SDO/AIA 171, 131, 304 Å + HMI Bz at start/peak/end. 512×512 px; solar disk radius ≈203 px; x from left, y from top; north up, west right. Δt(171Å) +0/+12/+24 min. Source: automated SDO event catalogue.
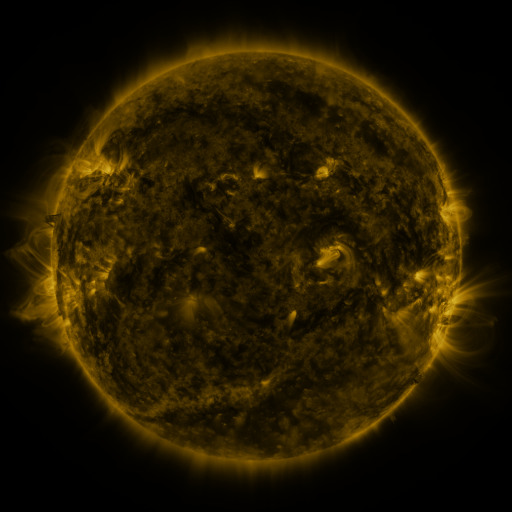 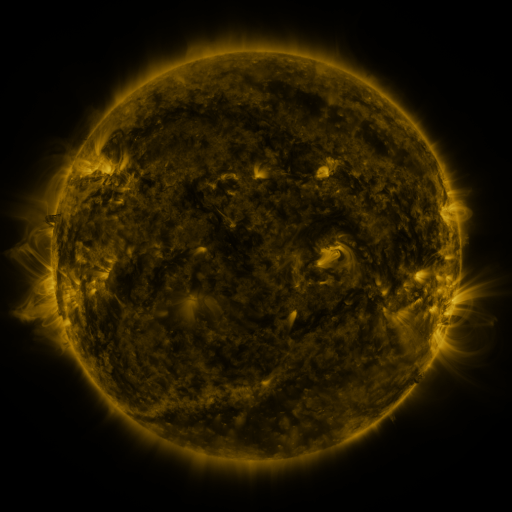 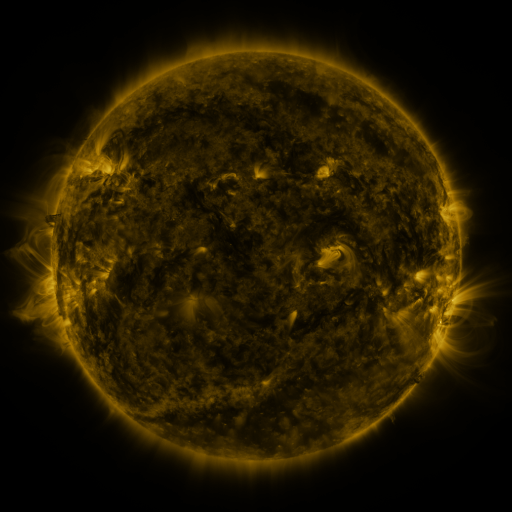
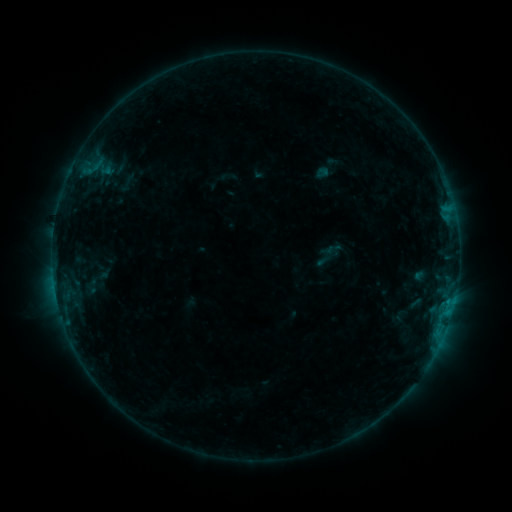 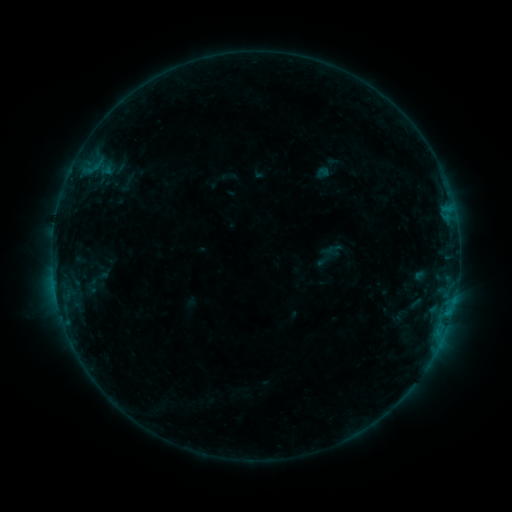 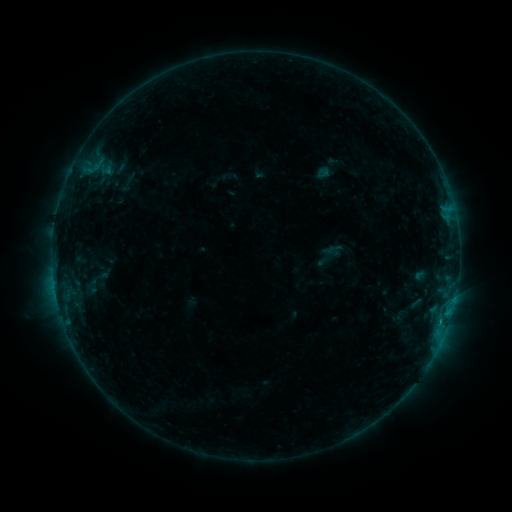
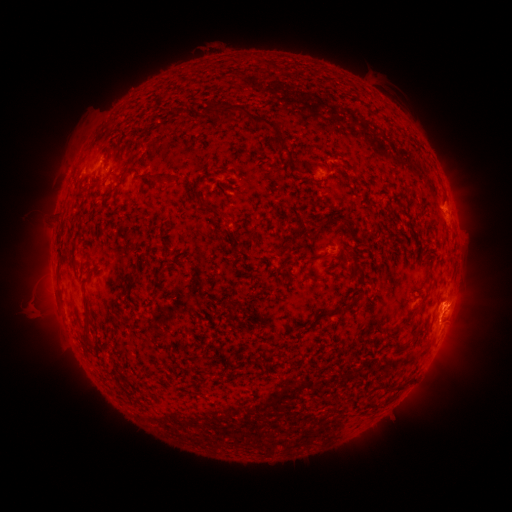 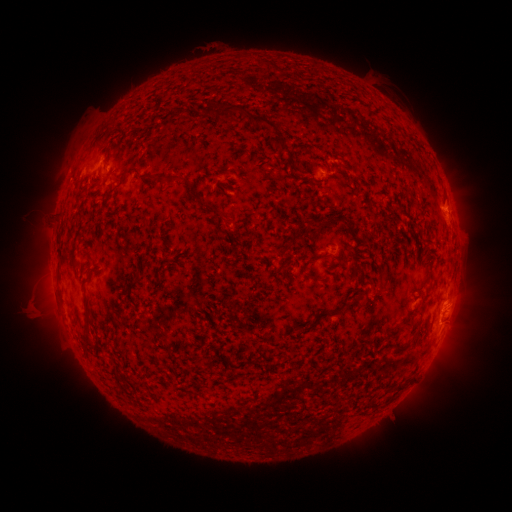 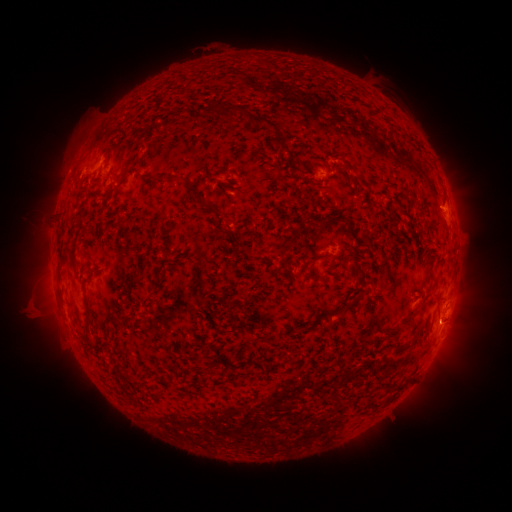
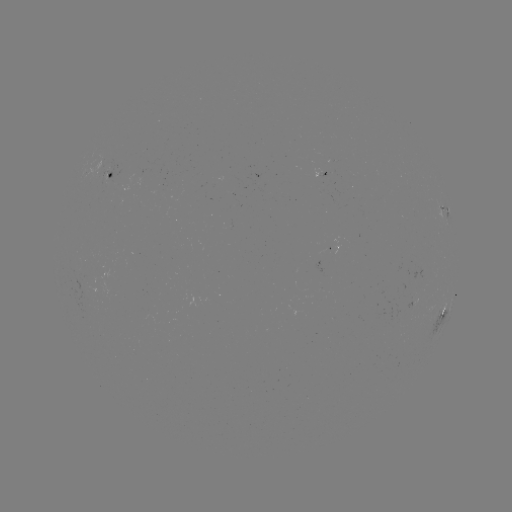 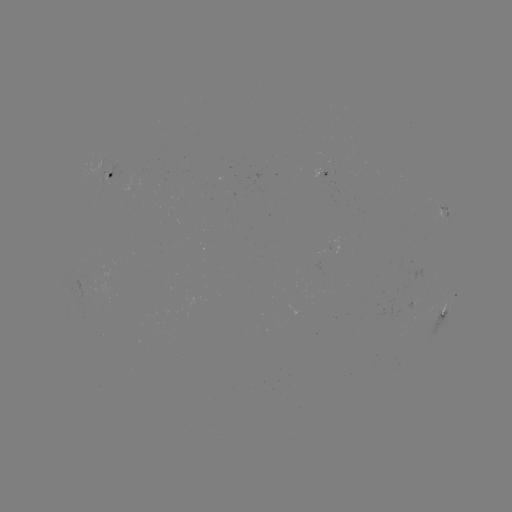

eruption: [423, 286, 473, 343]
